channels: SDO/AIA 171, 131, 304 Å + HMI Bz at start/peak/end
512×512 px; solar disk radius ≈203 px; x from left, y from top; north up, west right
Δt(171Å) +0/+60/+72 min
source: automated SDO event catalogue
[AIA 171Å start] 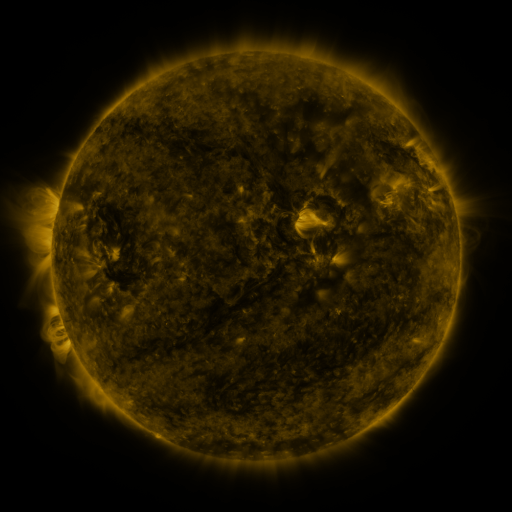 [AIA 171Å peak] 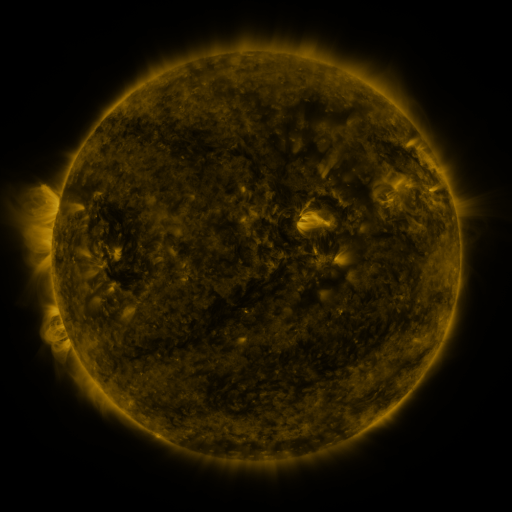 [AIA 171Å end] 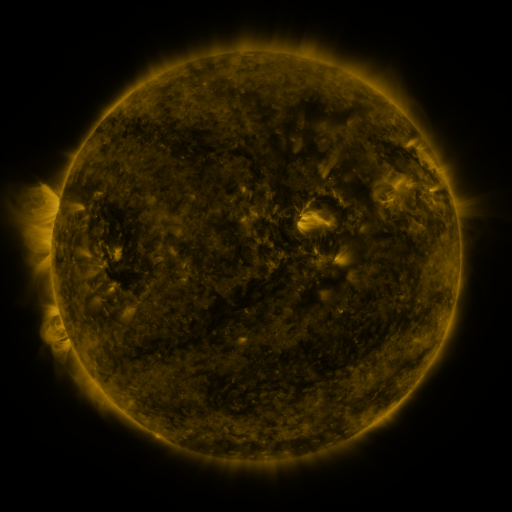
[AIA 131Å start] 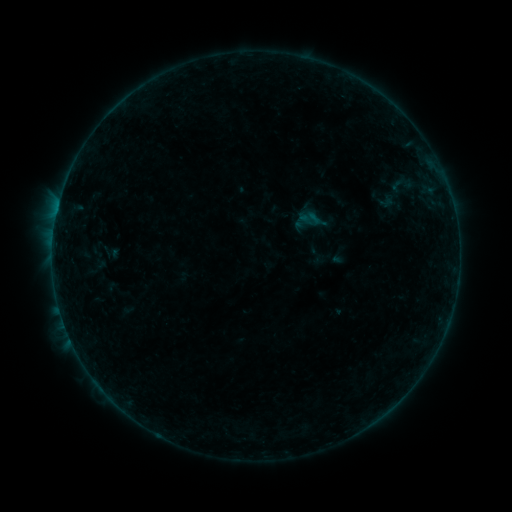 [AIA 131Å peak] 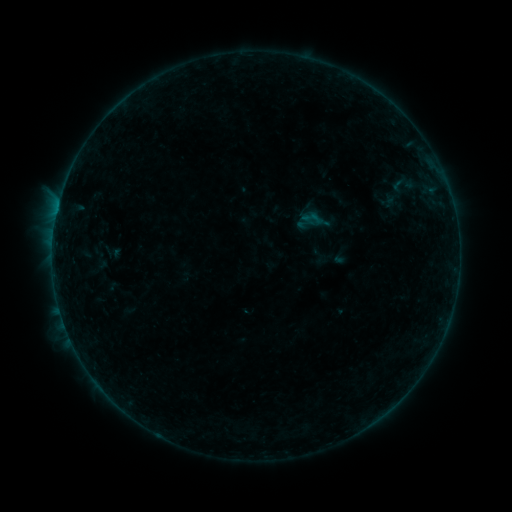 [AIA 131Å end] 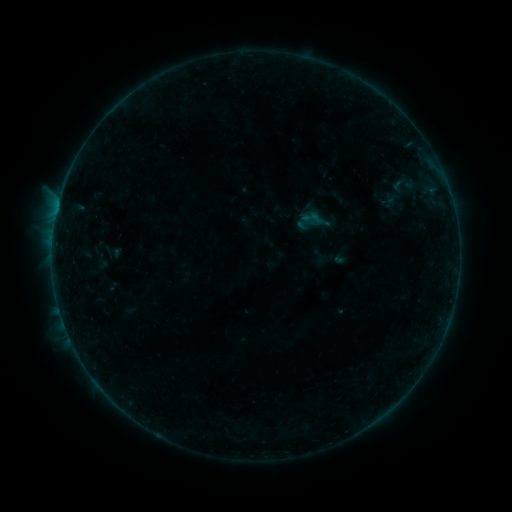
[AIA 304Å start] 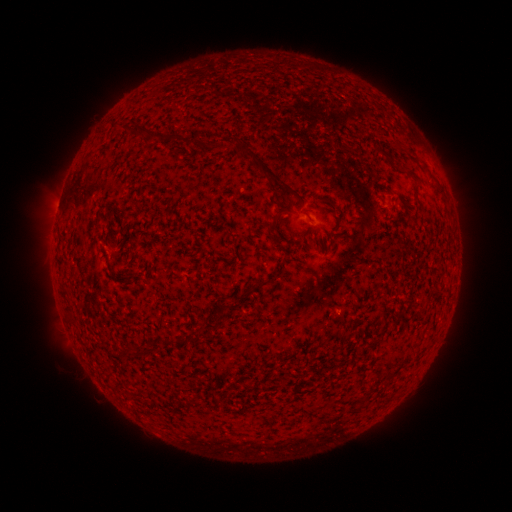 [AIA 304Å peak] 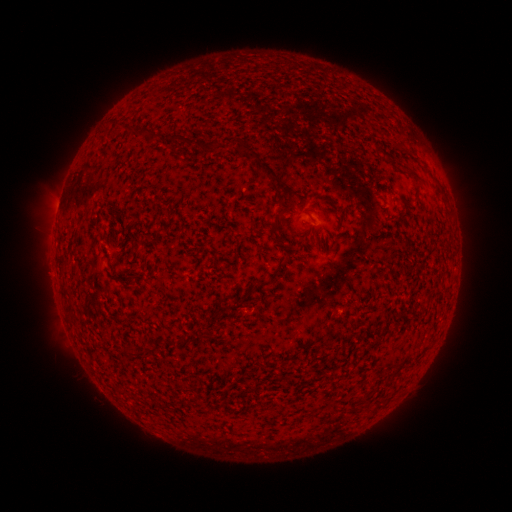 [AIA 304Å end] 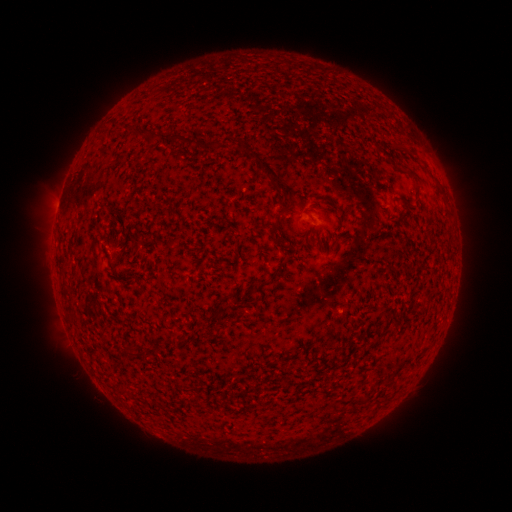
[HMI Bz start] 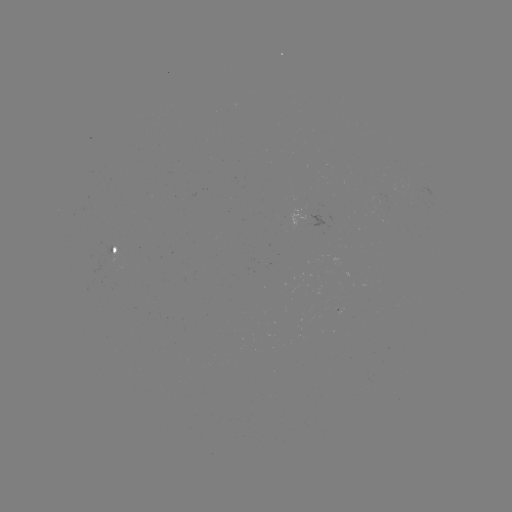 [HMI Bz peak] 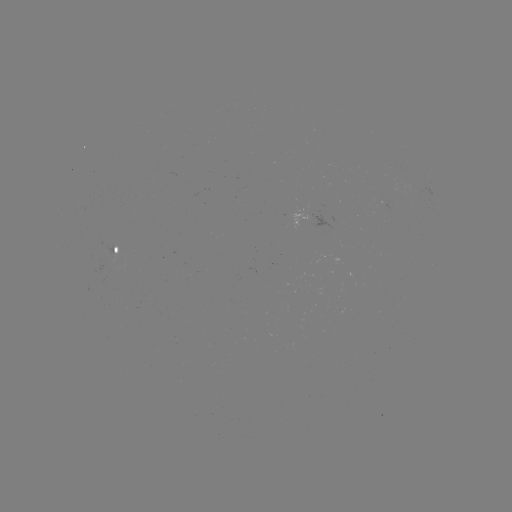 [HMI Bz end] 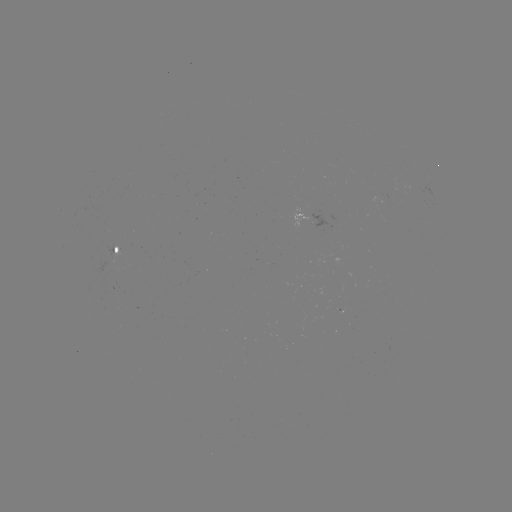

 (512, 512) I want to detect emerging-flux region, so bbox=[93, 259, 114, 271].